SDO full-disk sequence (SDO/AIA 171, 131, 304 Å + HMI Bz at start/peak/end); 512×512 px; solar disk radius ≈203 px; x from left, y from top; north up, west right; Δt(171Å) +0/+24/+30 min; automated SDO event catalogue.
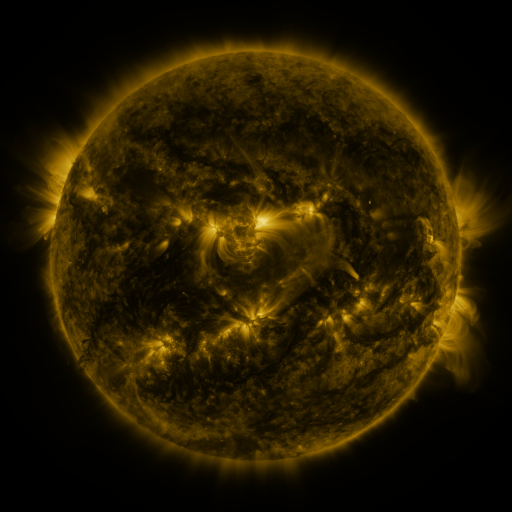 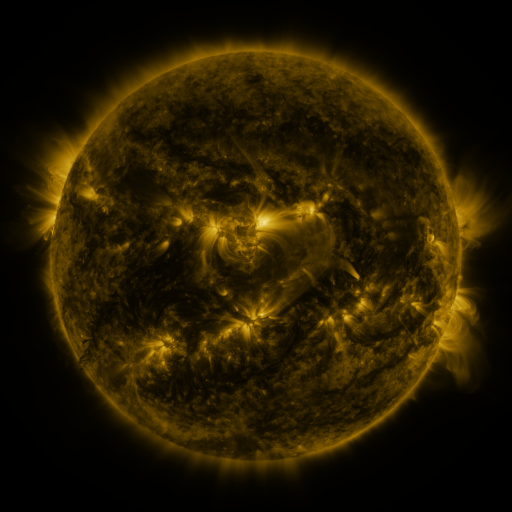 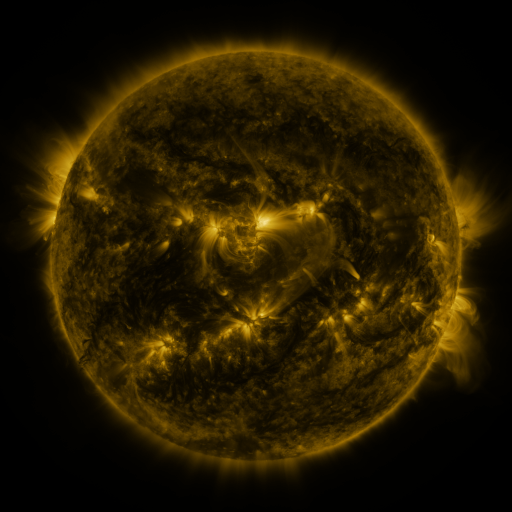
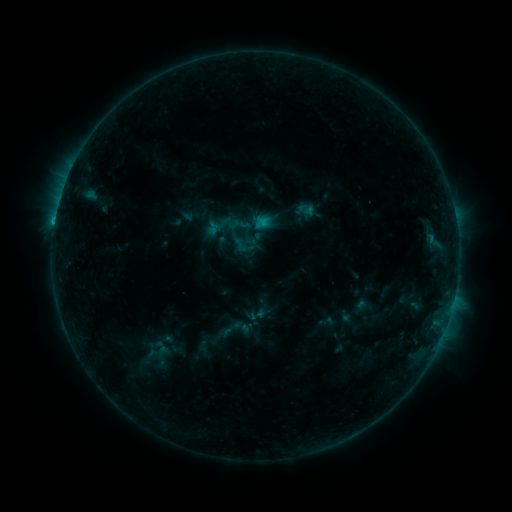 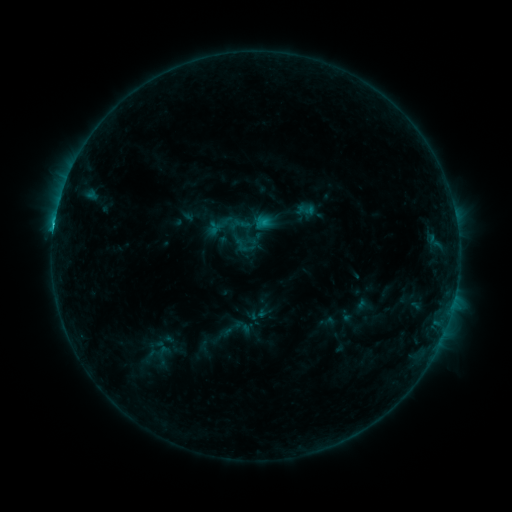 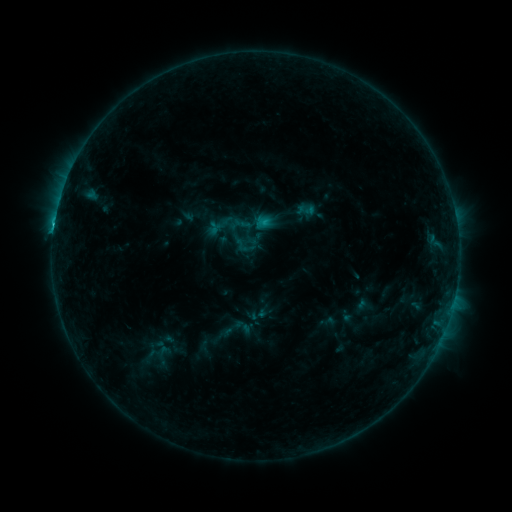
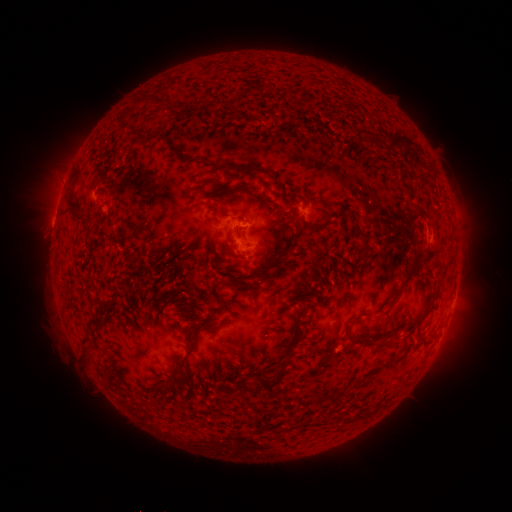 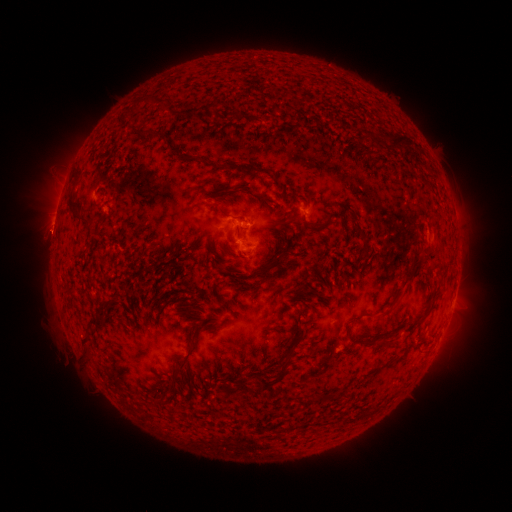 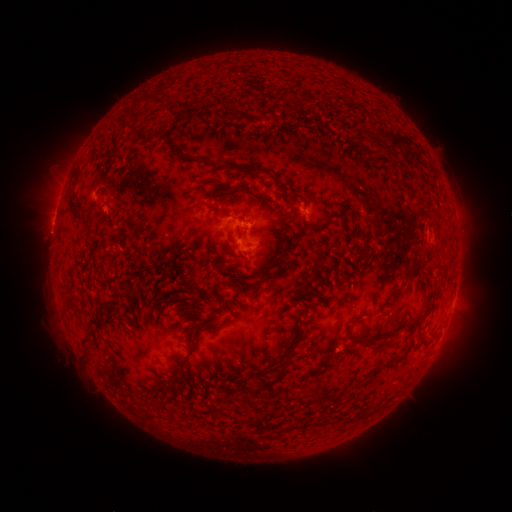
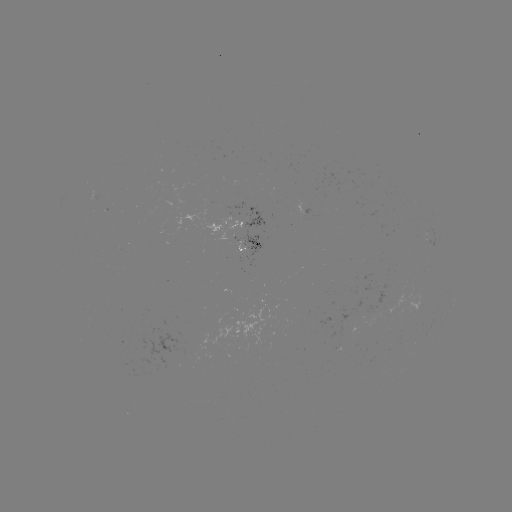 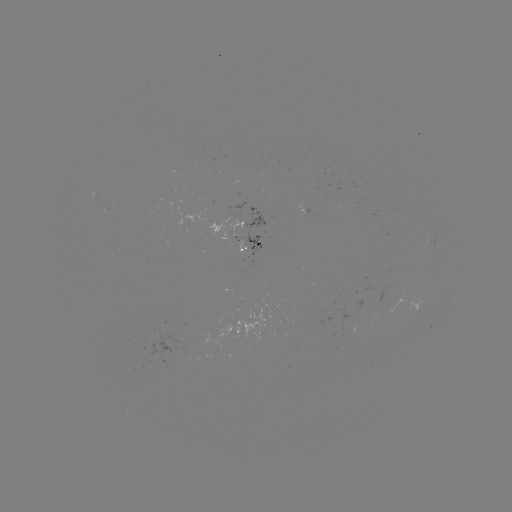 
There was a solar flare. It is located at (245, 225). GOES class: C1.1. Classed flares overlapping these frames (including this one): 1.